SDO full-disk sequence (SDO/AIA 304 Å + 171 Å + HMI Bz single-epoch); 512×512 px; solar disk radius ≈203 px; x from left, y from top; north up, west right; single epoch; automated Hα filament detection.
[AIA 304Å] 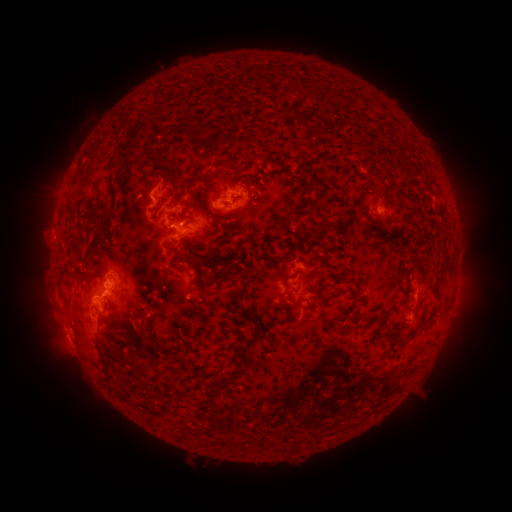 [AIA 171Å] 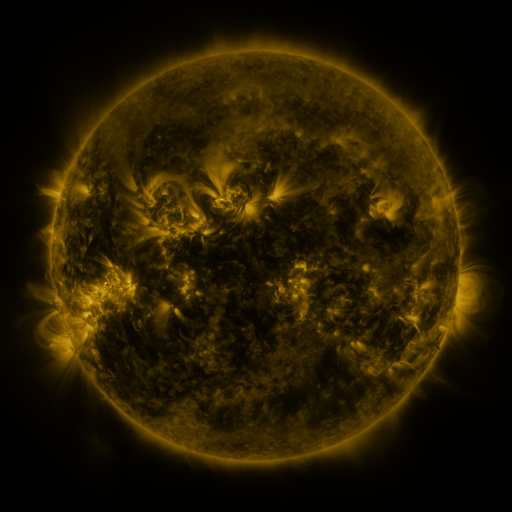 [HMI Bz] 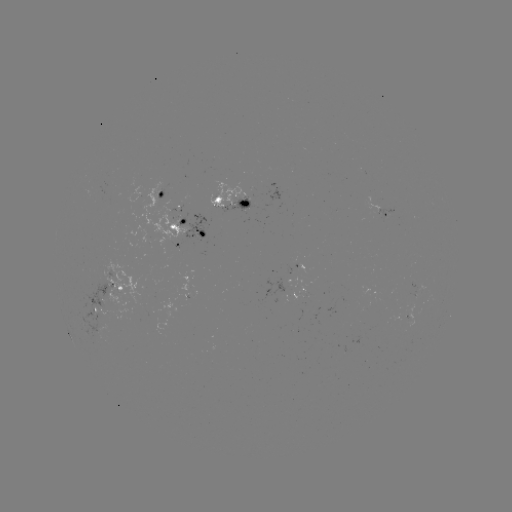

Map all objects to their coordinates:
filament: (228, 135)
filament: (215, 137)
filament: (261, 142)
filament: (284, 142)
filament: (131, 148)
filament: (147, 155)
filament: (168, 167)
filament: (88, 173)
filament: (280, 173)
filament: (158, 176)
filament: (358, 184)
filament: (109, 189)
filament: (171, 192)
filament: (201, 195)
filament: (285, 202)
filament: (346, 203)
filament: (188, 207)
filament: (310, 215)
filament: (176, 221)
filament: (140, 223)
filament: (327, 223)
filament: (96, 227)
filament: (384, 228)
filament: (185, 250)
filament: (419, 276)
filament: (88, 281)
filament: (245, 289)
filament: (101, 324)
filament: (350, 325)
filament: (414, 332)
filament: (176, 338)
filament: (140, 343)
filament: (187, 345)
filament: (139, 367)
filament: (109, 376)
filament: (227, 382)
filament: (128, 402)
filament: (152, 411)
